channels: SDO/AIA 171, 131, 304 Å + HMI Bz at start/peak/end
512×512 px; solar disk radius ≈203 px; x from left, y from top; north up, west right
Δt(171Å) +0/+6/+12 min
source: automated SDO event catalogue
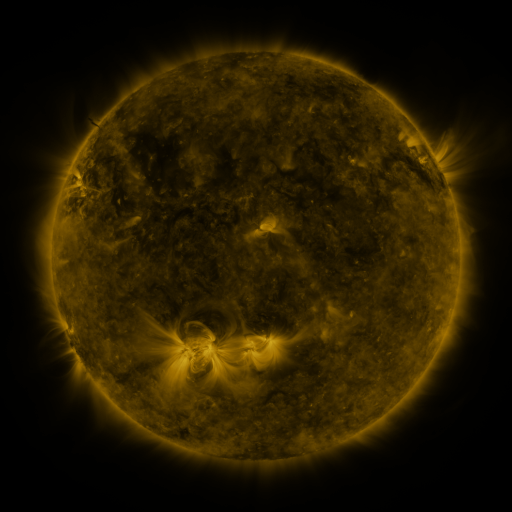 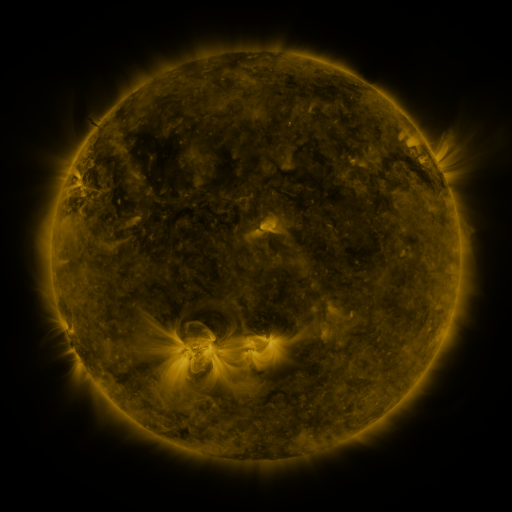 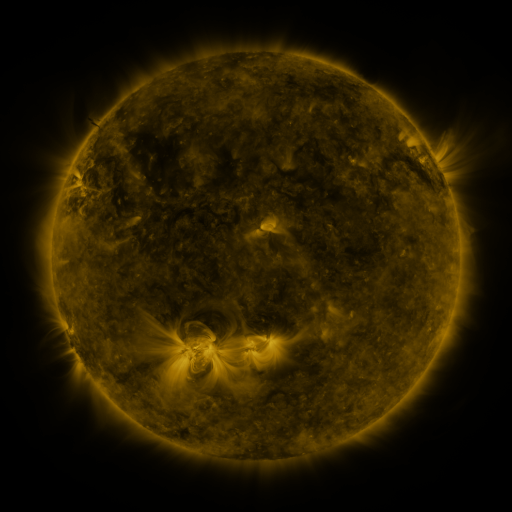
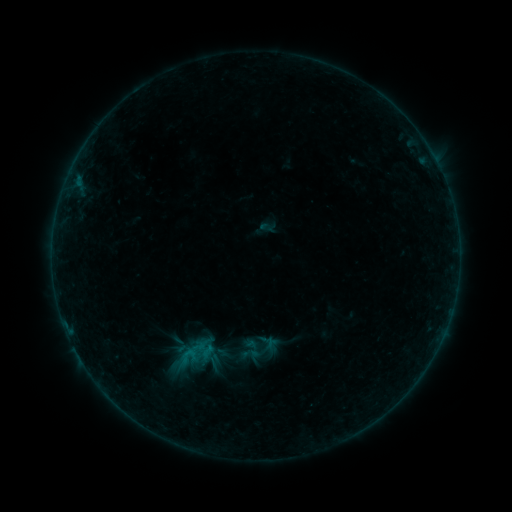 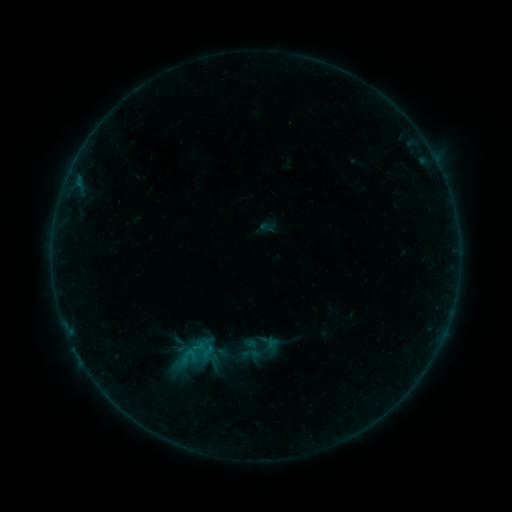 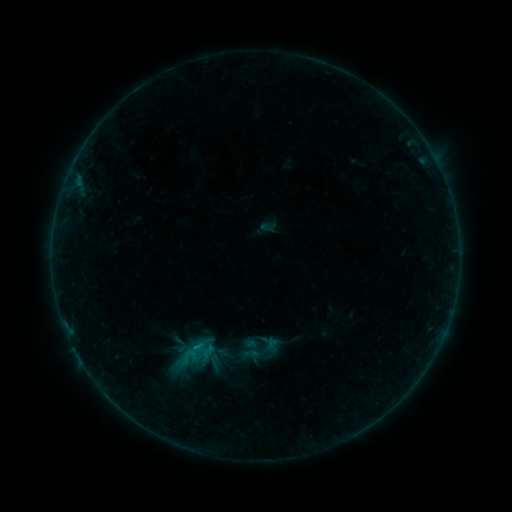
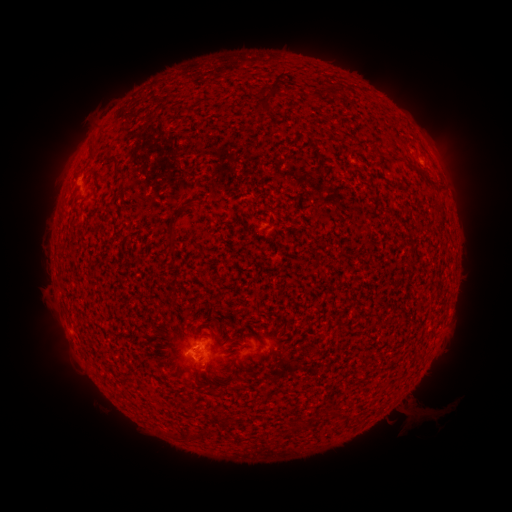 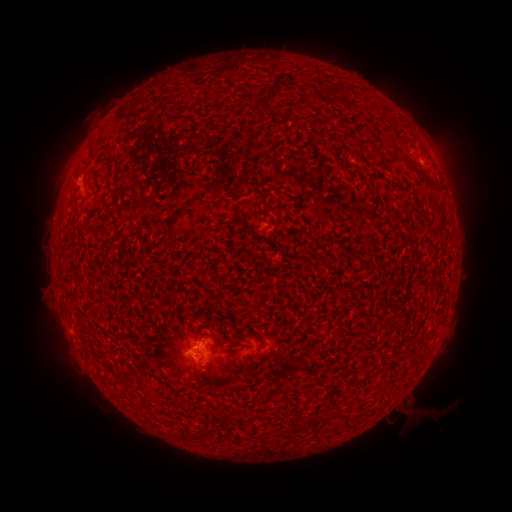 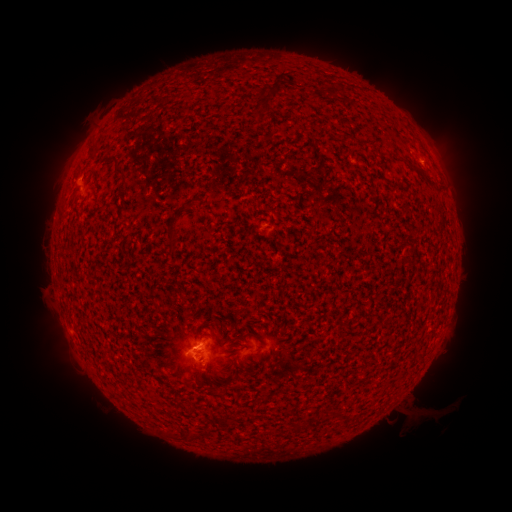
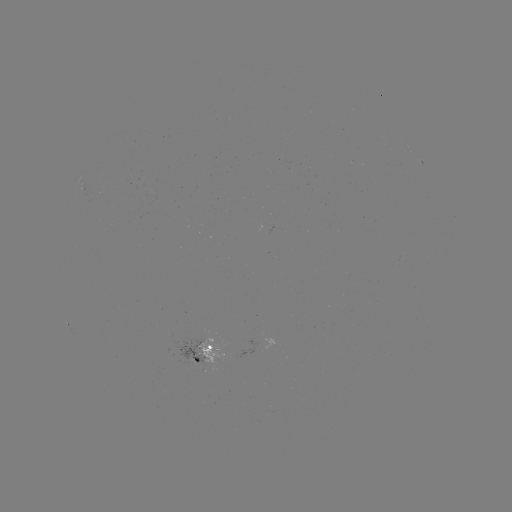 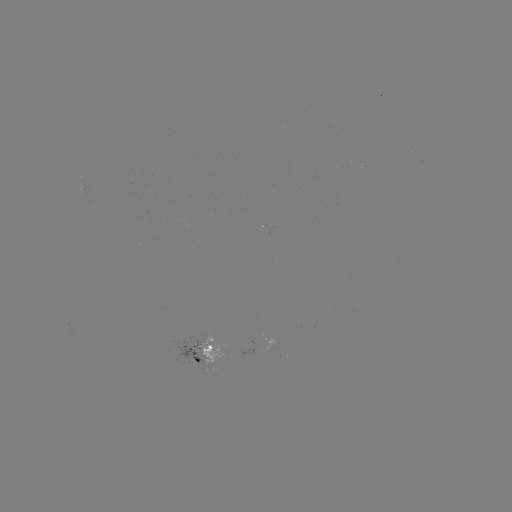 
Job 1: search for B3.0 flare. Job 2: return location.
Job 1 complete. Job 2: [200, 345].